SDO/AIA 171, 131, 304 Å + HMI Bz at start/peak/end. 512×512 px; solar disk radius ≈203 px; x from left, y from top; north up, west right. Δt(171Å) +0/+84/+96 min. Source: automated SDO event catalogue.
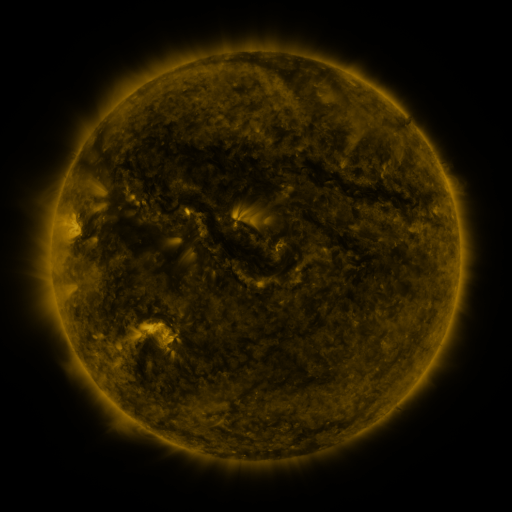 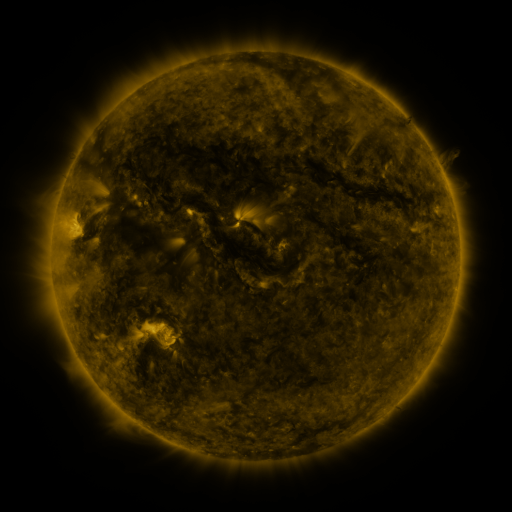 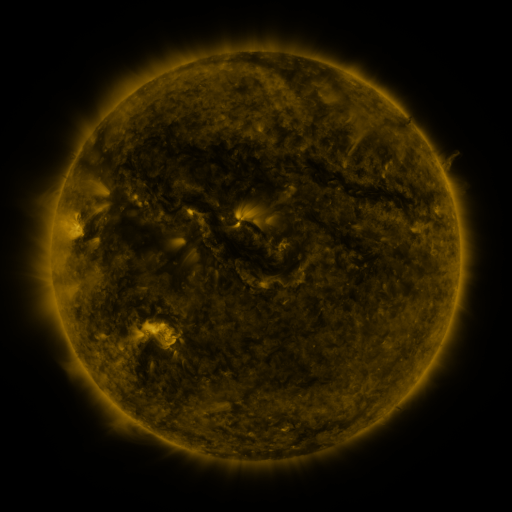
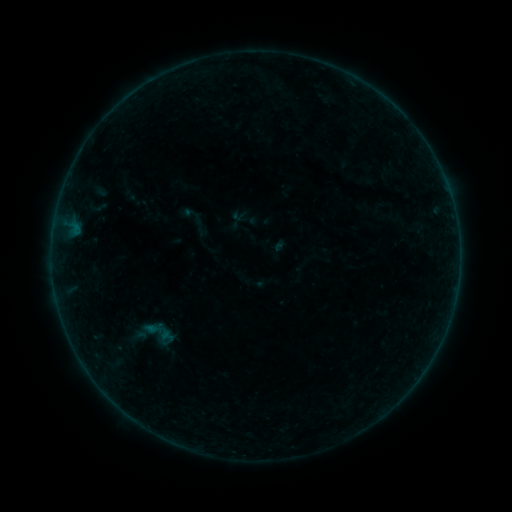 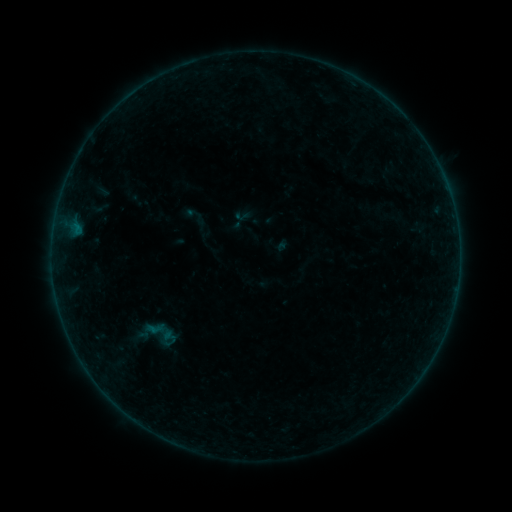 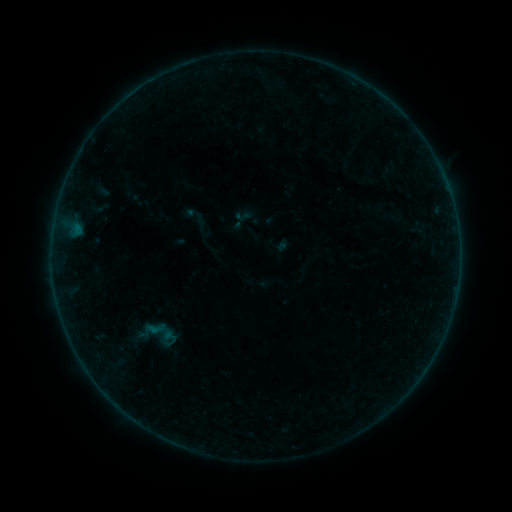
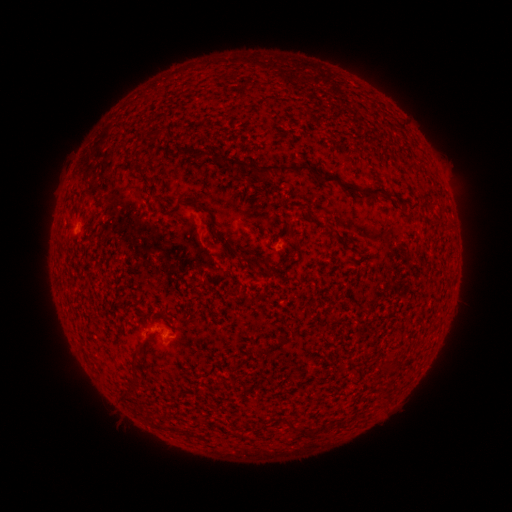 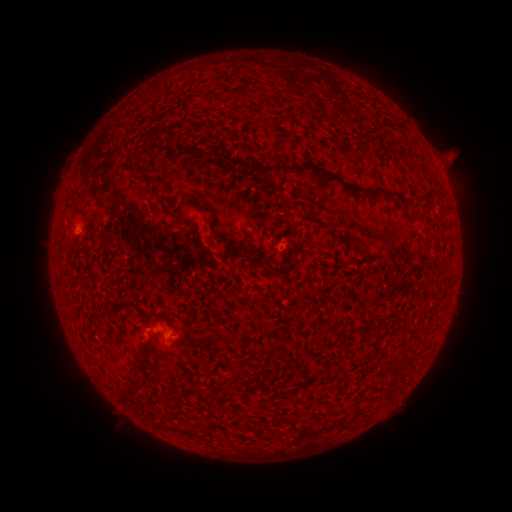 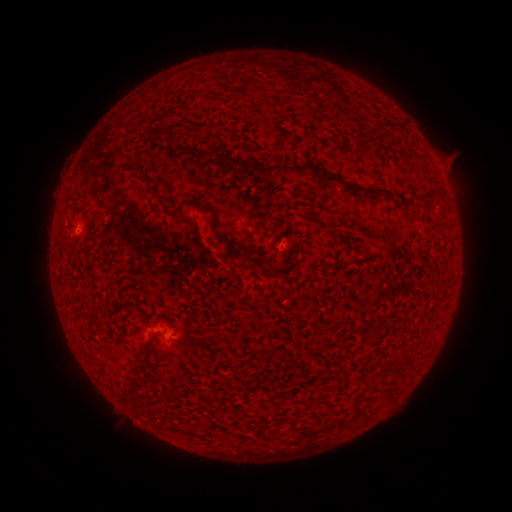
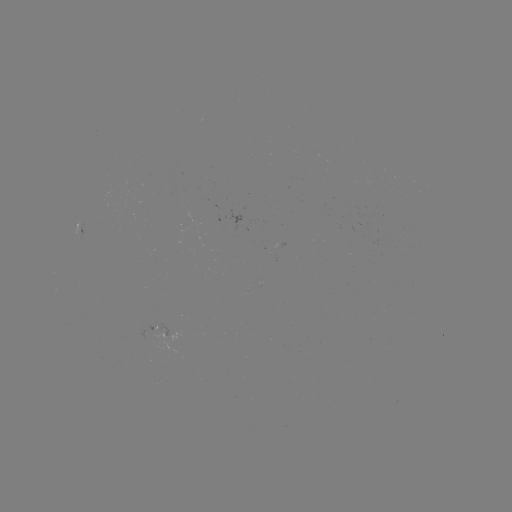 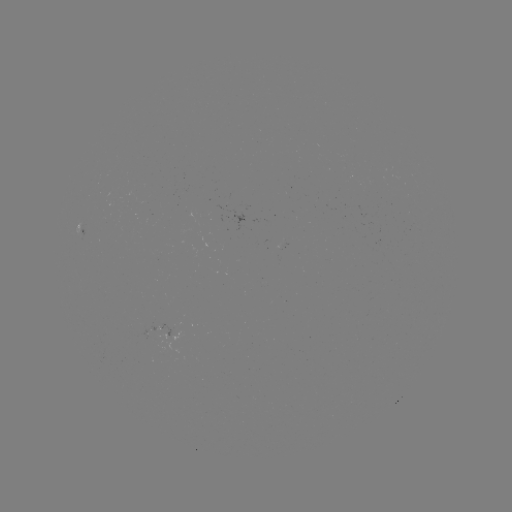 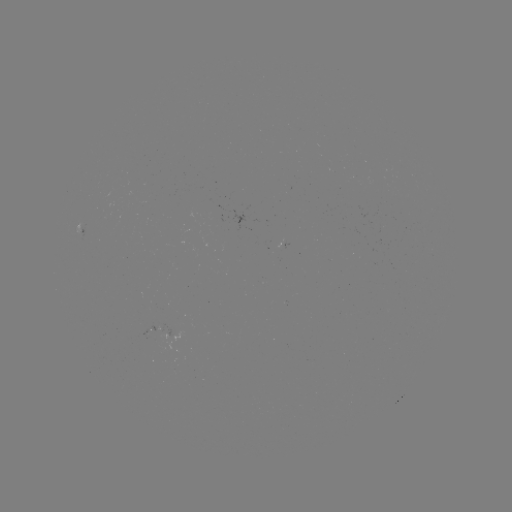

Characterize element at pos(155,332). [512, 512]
emerging-flux region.